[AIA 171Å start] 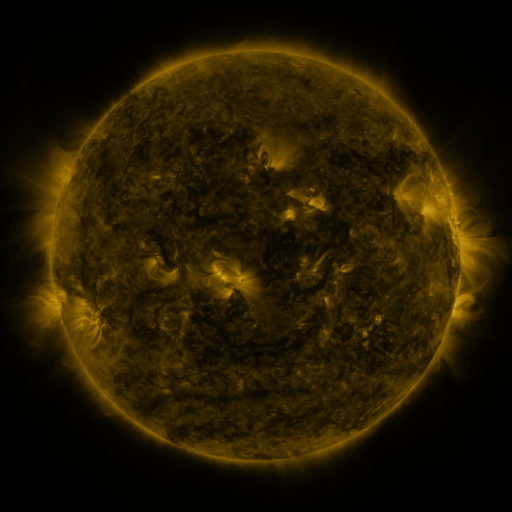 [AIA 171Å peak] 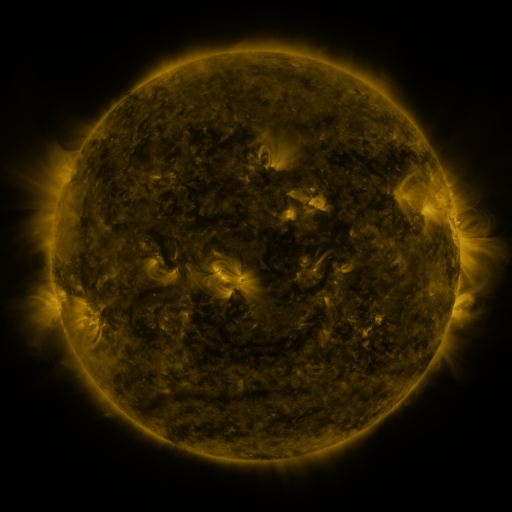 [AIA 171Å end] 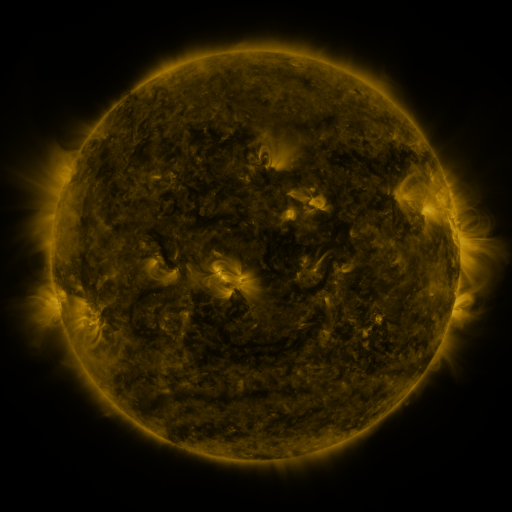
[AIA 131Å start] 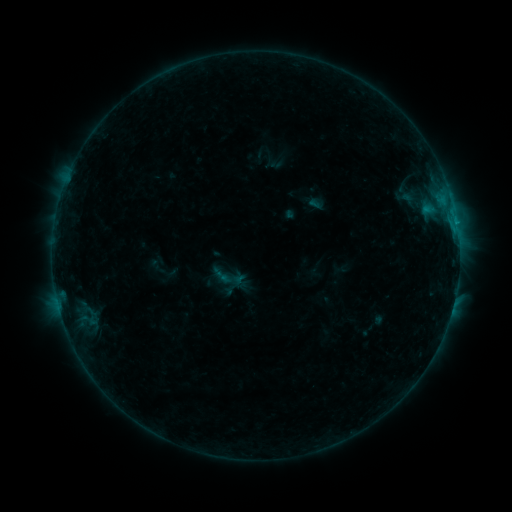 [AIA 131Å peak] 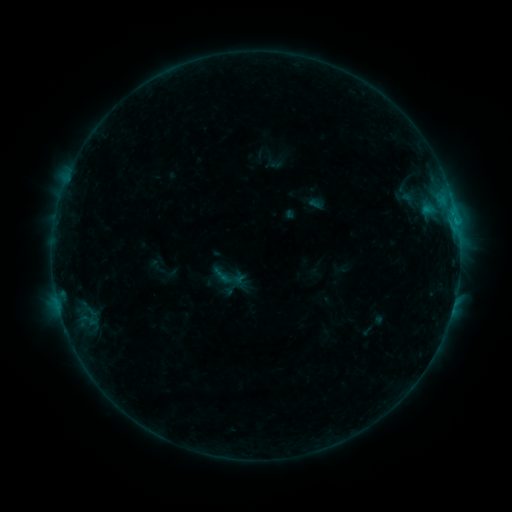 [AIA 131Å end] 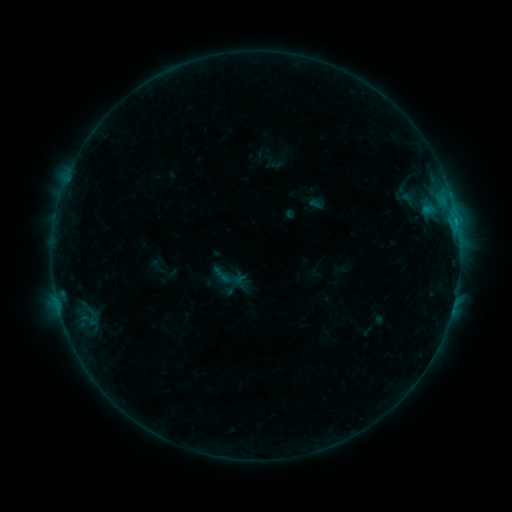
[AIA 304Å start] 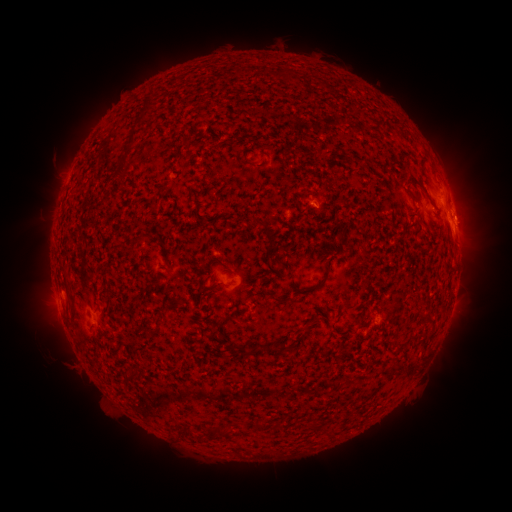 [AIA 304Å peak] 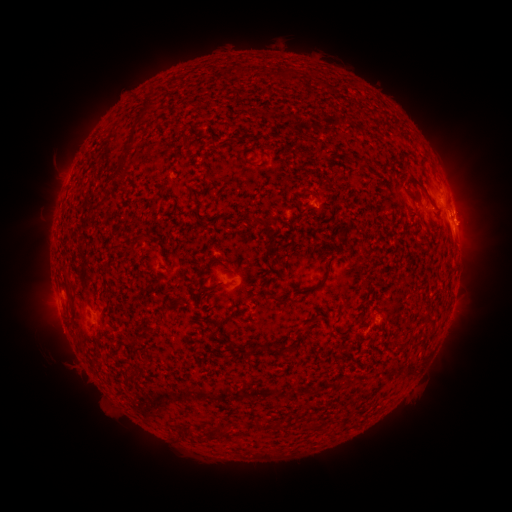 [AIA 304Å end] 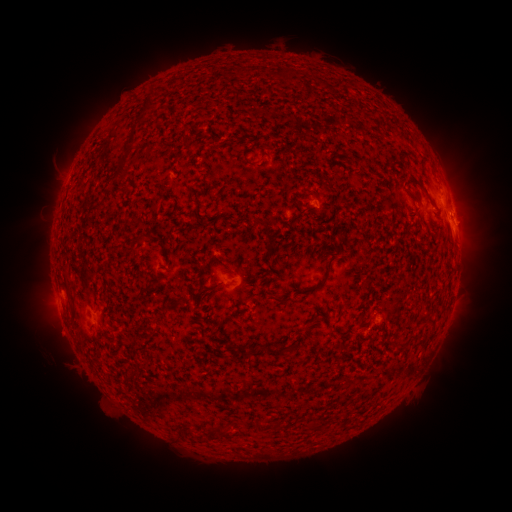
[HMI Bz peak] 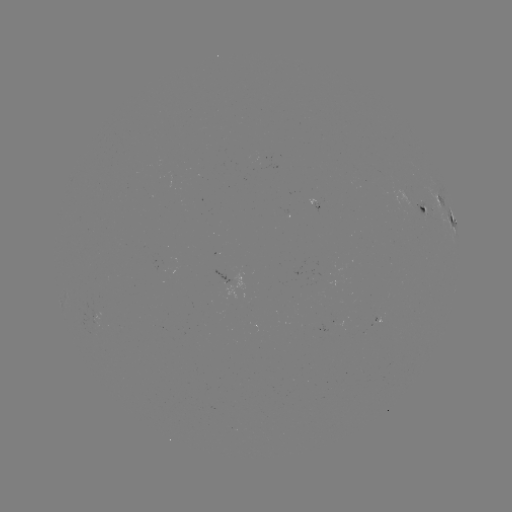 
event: eruption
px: (469, 218)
